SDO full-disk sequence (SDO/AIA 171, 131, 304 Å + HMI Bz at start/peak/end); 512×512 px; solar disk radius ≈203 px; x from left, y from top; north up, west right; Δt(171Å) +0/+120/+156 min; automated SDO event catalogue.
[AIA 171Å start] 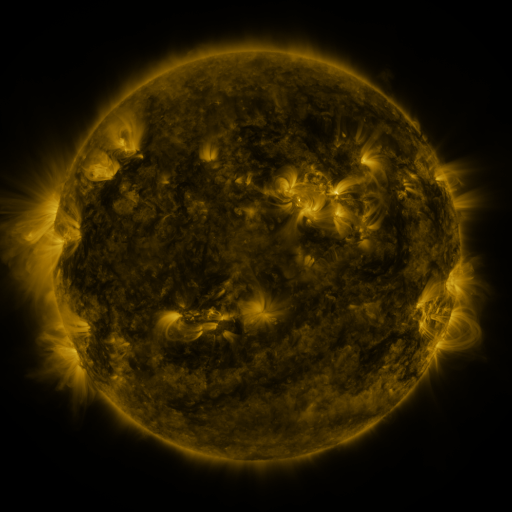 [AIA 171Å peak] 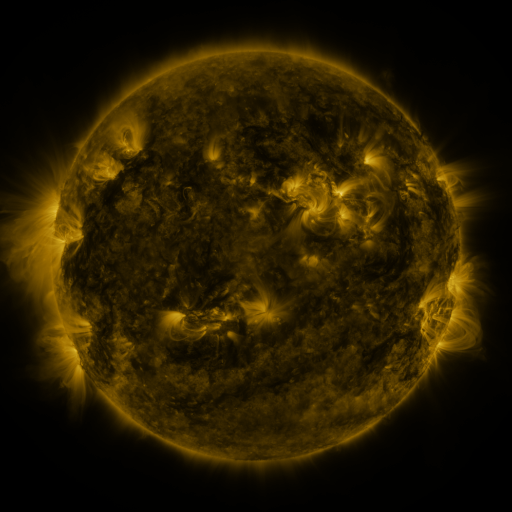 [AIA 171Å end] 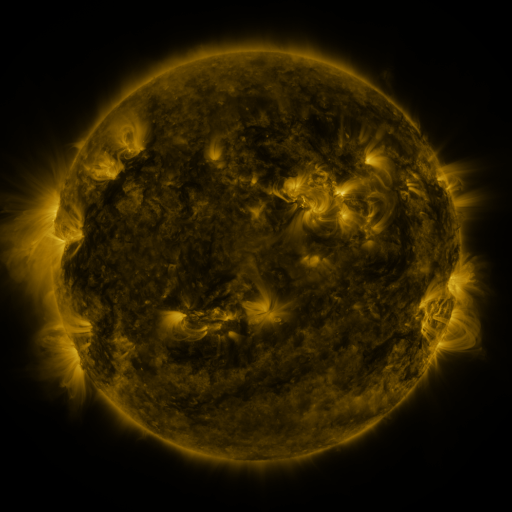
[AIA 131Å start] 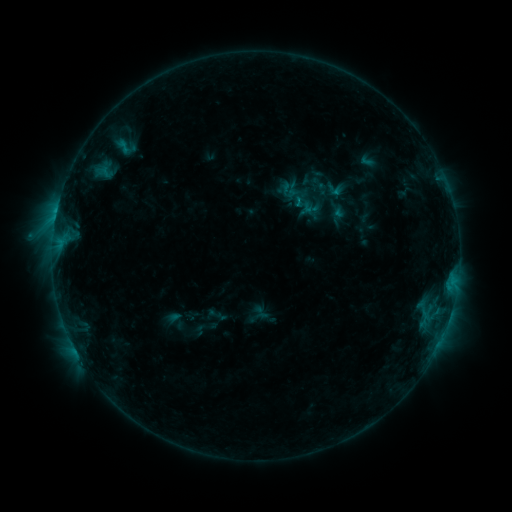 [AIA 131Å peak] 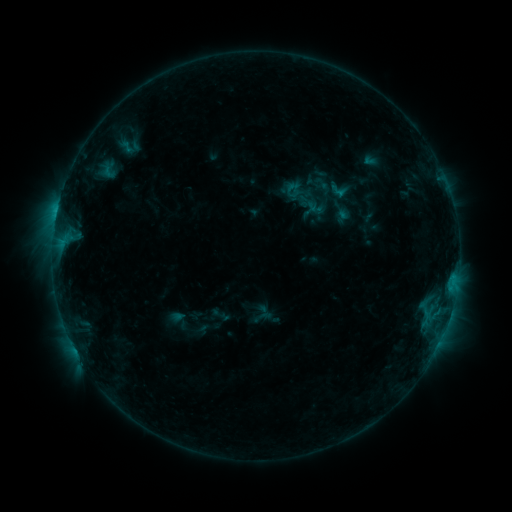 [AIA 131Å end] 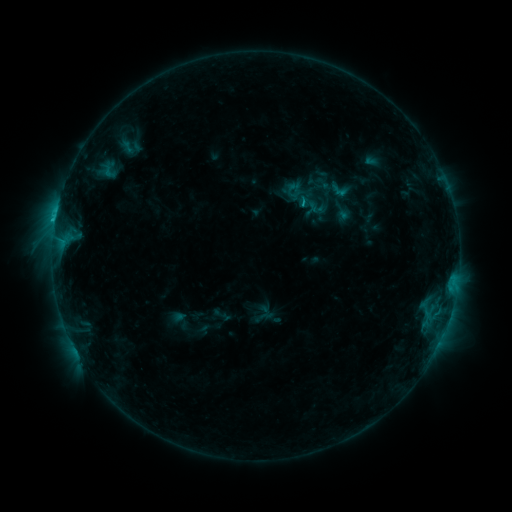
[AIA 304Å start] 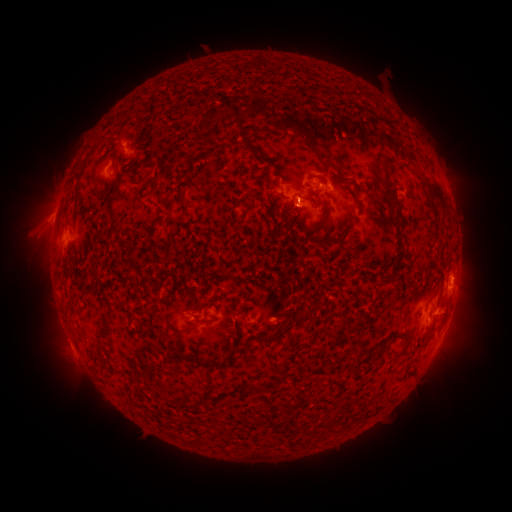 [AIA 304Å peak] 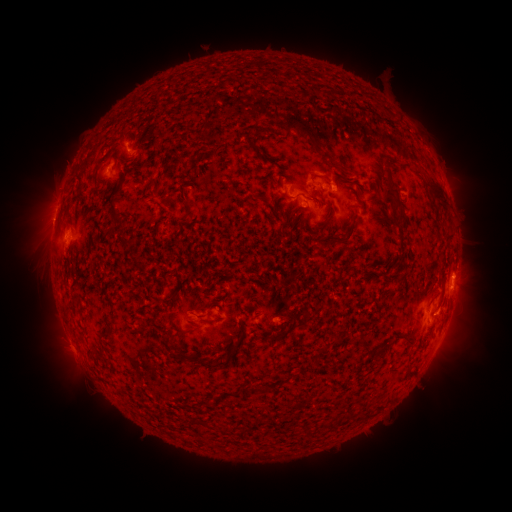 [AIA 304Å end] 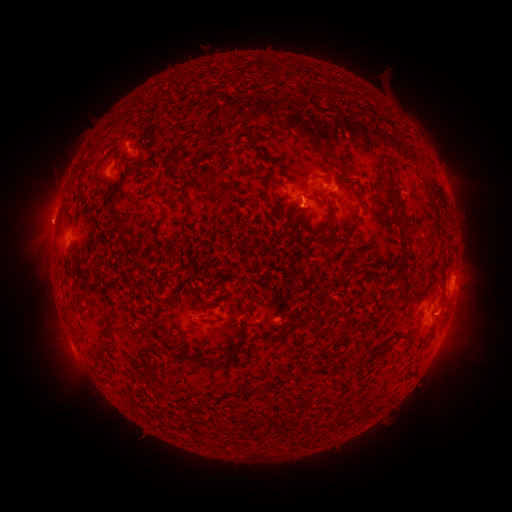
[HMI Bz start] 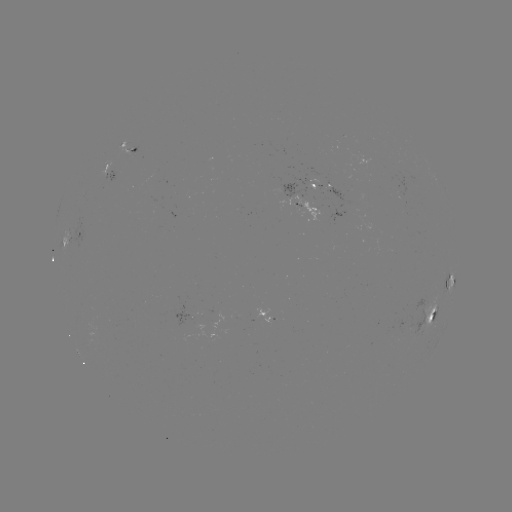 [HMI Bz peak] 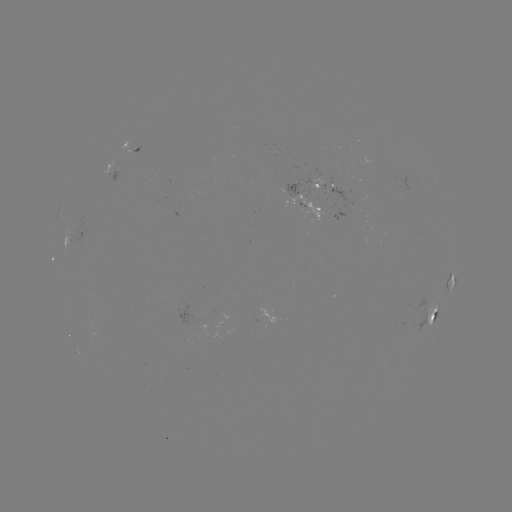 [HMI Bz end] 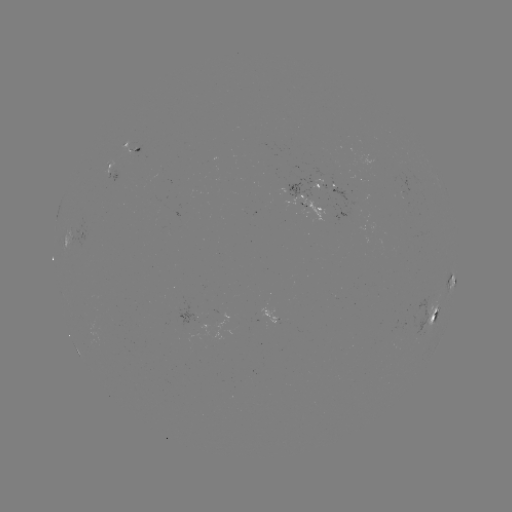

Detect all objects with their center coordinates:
emerging-flux region: (331, 182)
